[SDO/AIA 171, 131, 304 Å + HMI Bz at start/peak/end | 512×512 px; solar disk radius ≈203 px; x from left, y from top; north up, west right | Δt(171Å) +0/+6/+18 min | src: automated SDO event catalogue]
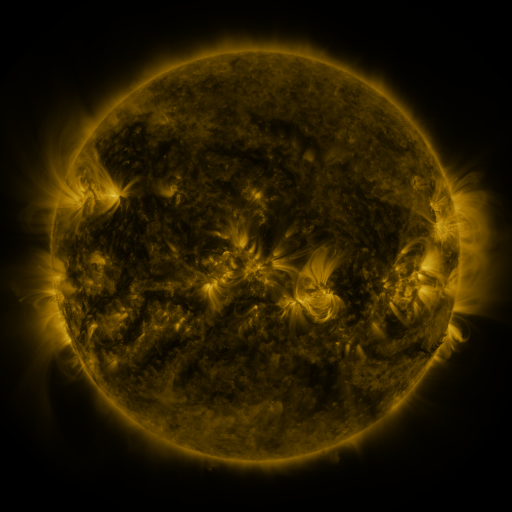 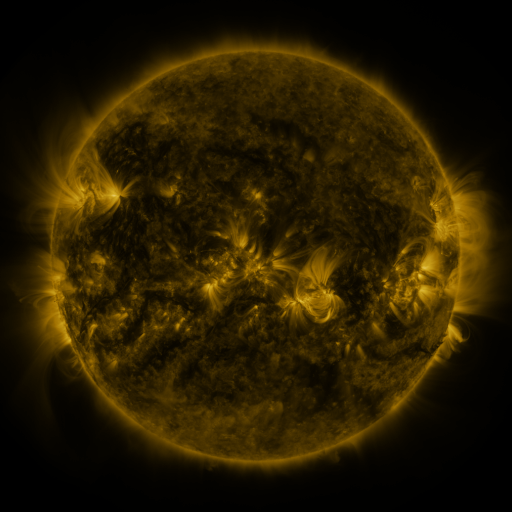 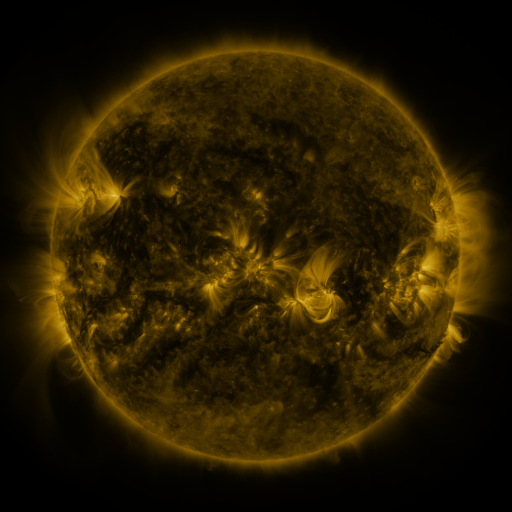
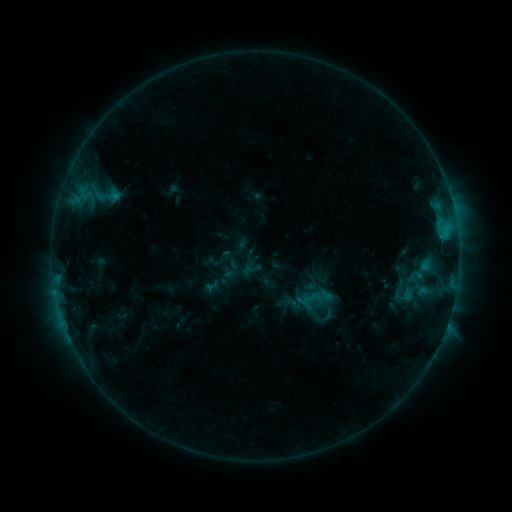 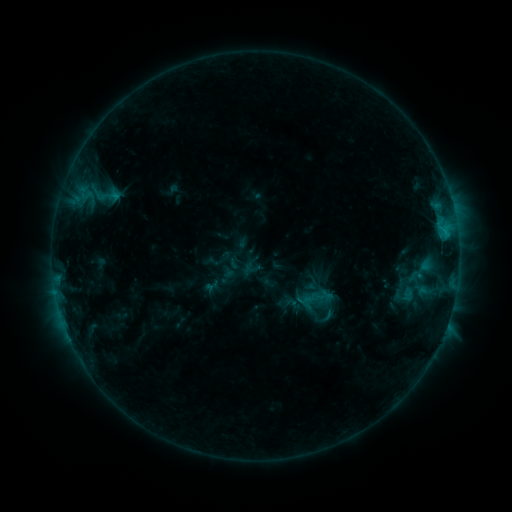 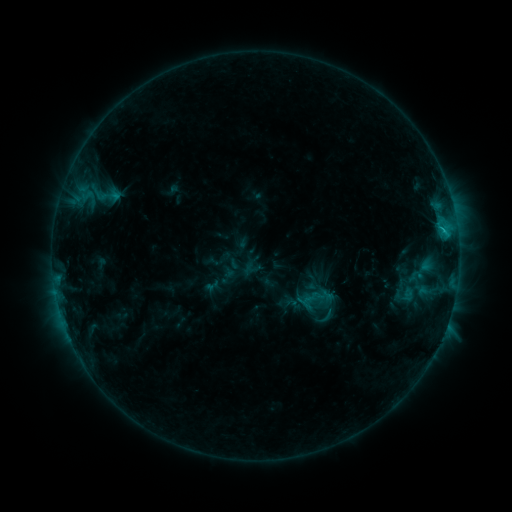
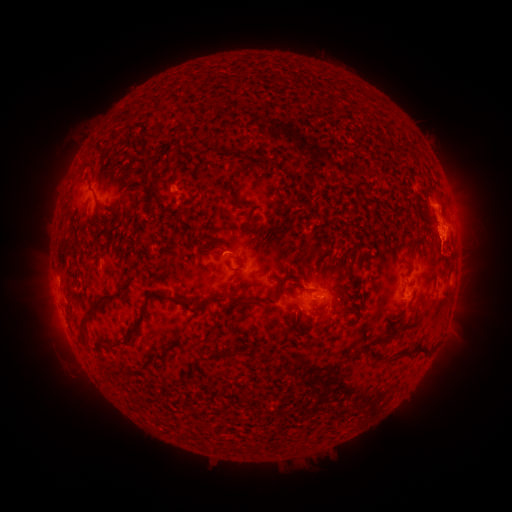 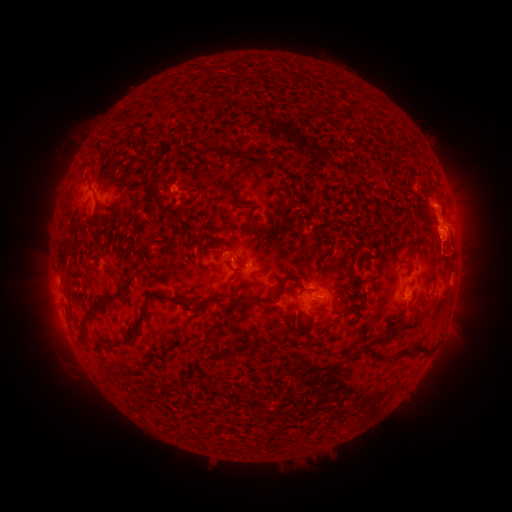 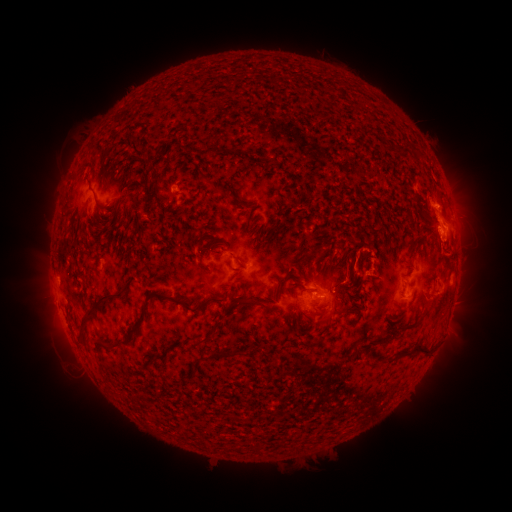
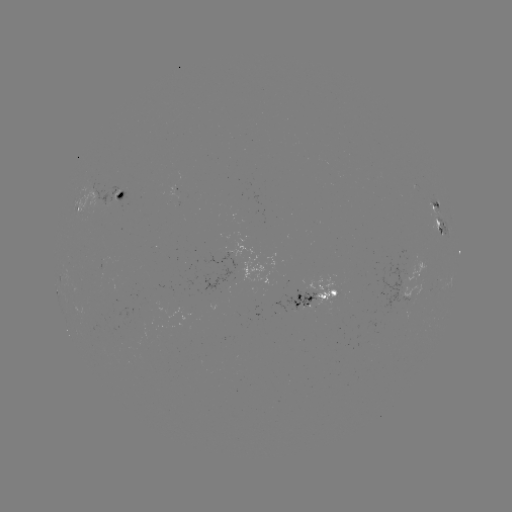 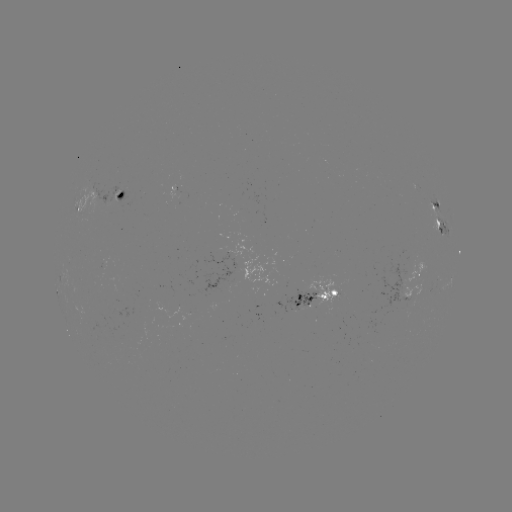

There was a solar flare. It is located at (441, 221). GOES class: C1.3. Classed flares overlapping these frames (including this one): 1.